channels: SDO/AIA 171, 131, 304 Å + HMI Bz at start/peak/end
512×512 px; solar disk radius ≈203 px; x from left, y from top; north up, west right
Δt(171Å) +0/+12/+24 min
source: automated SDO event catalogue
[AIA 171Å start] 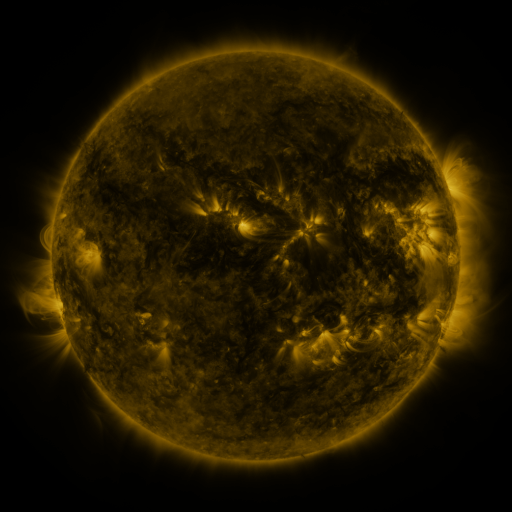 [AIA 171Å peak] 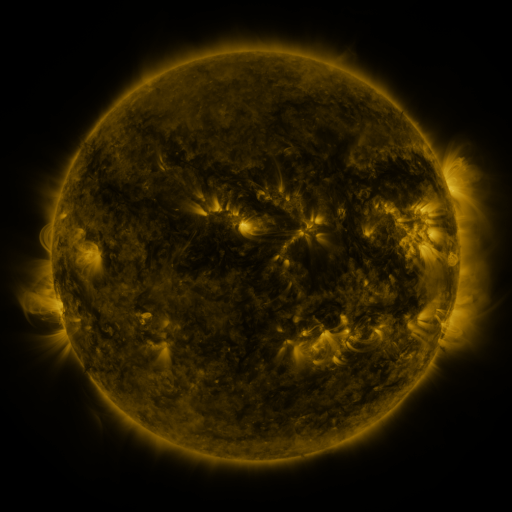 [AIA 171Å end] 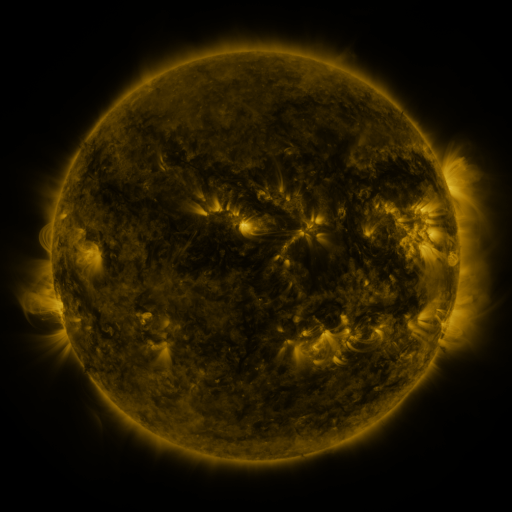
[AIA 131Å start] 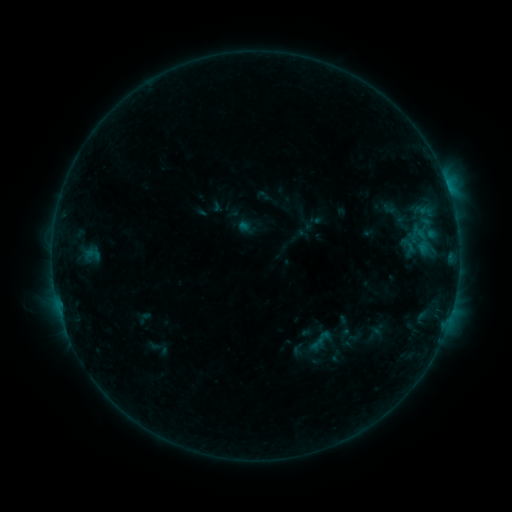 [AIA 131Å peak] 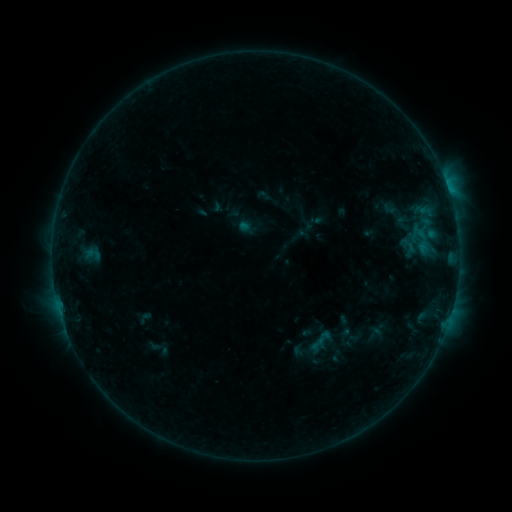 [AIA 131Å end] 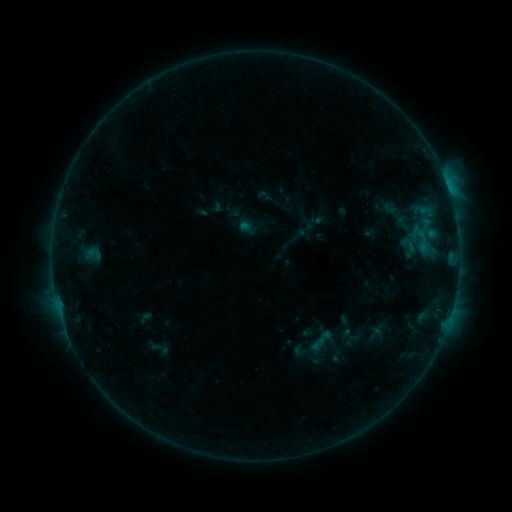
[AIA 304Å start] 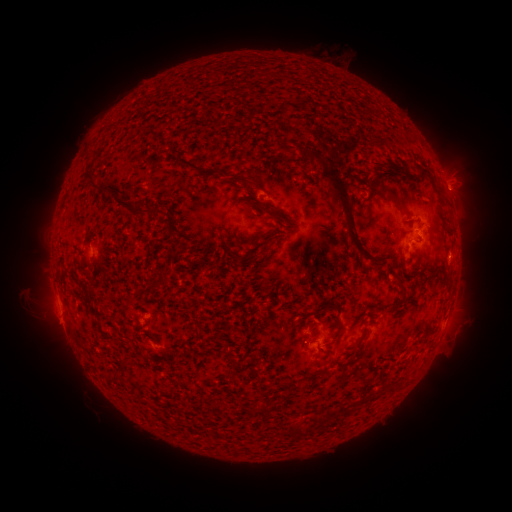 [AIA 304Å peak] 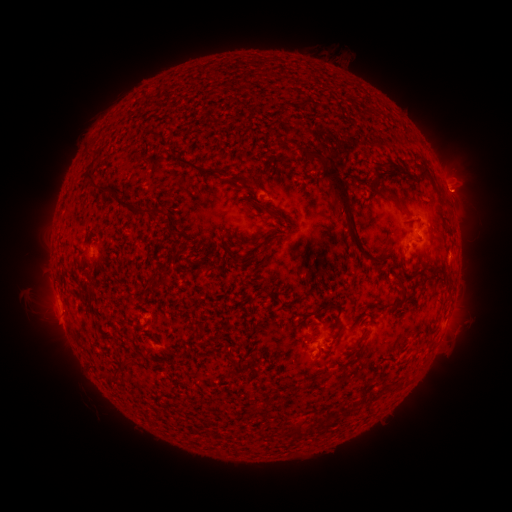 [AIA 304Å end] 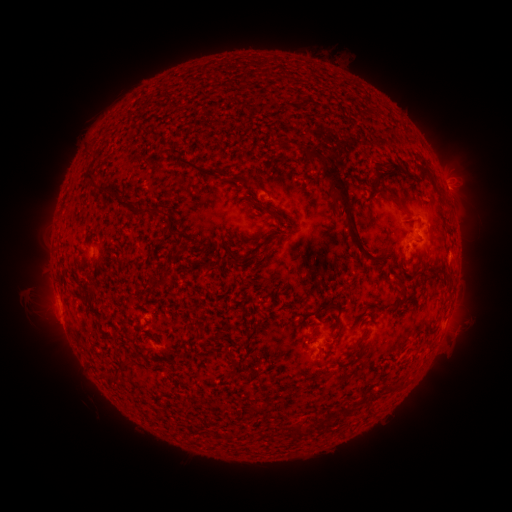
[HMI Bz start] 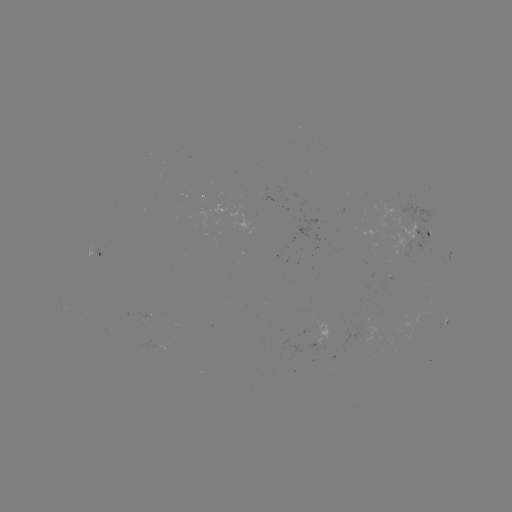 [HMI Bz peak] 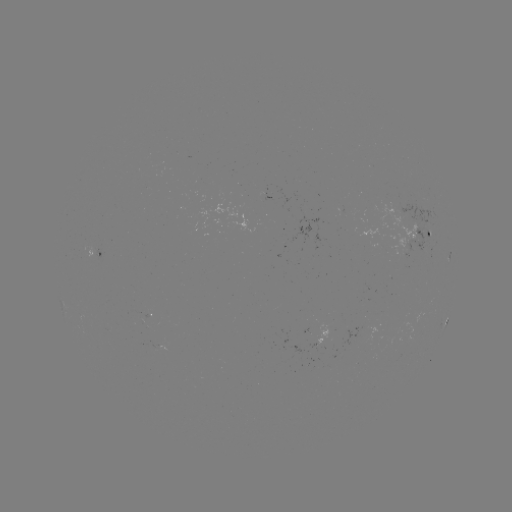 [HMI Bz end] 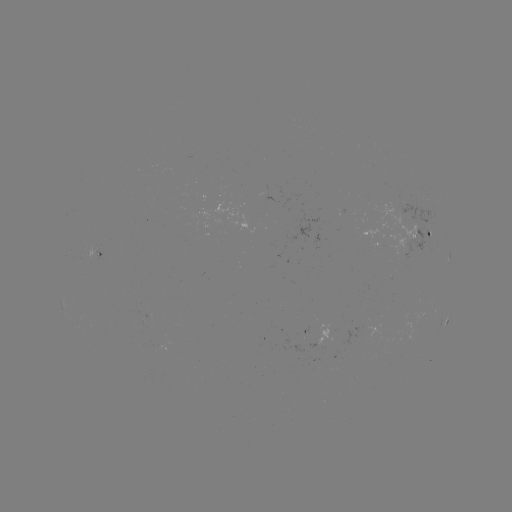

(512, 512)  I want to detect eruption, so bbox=[436, 173, 485, 218].